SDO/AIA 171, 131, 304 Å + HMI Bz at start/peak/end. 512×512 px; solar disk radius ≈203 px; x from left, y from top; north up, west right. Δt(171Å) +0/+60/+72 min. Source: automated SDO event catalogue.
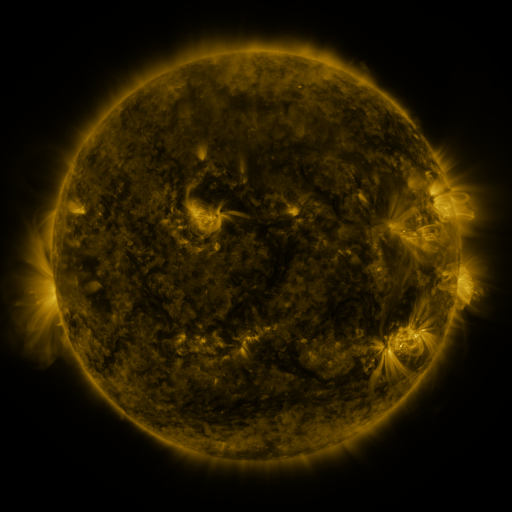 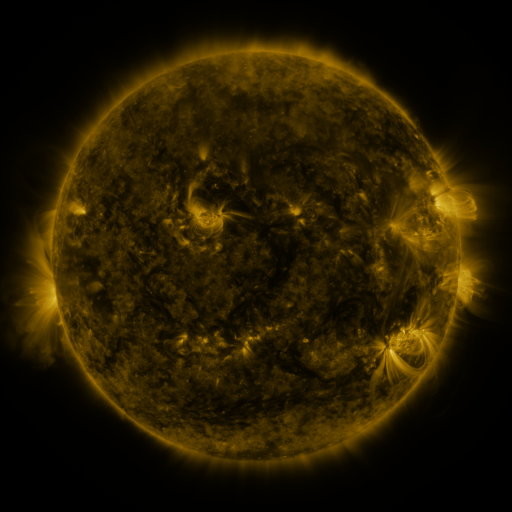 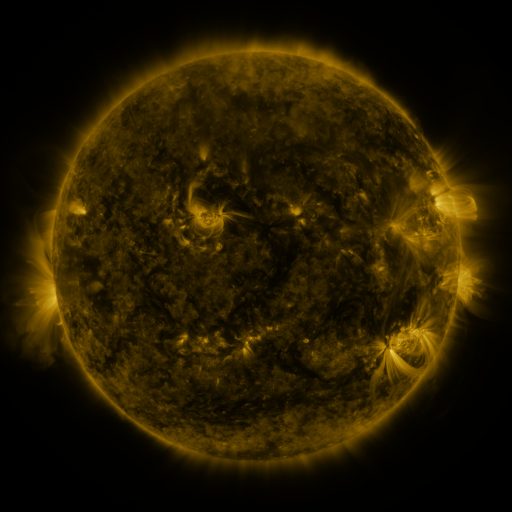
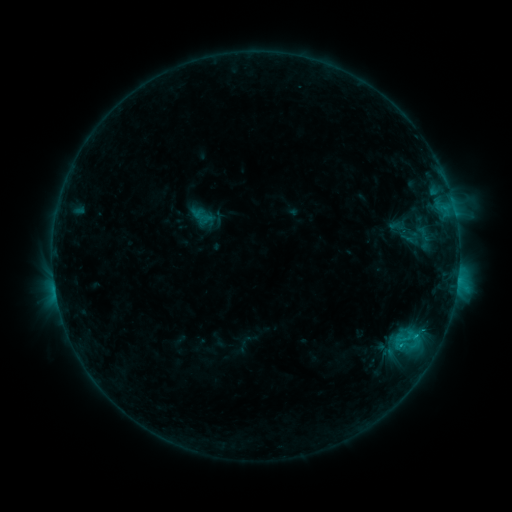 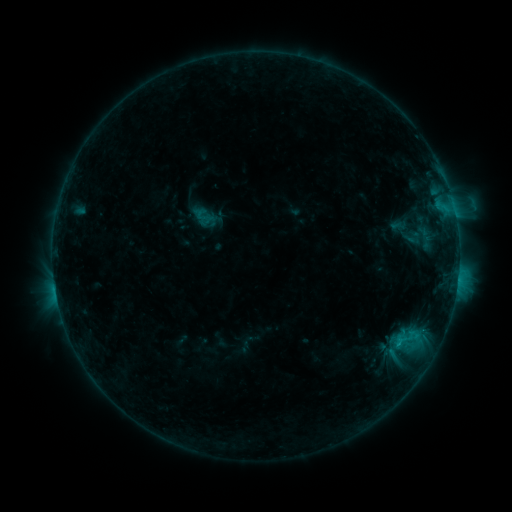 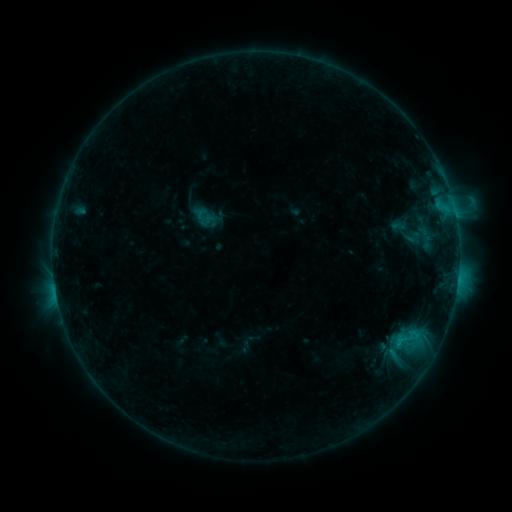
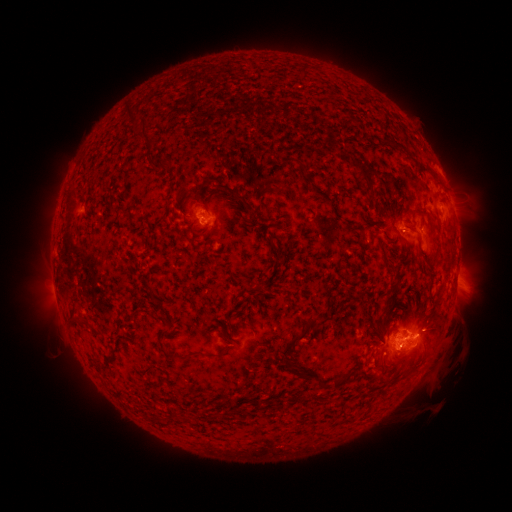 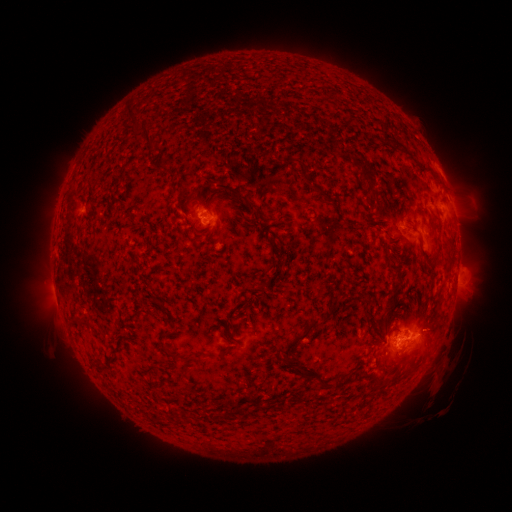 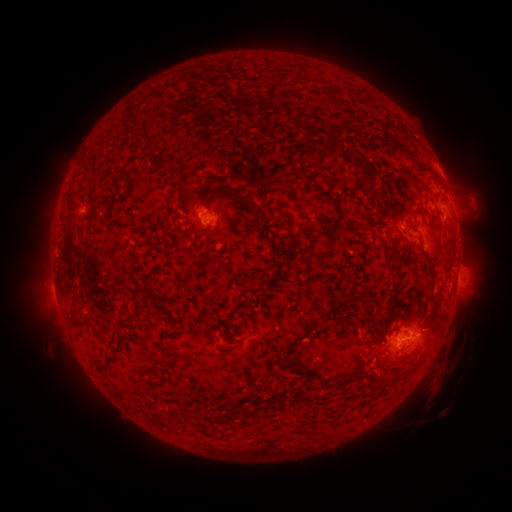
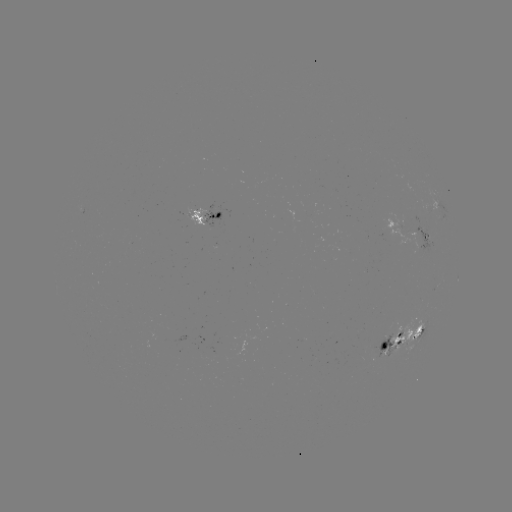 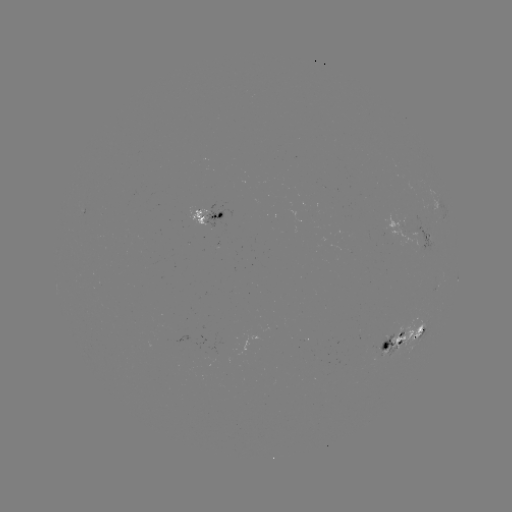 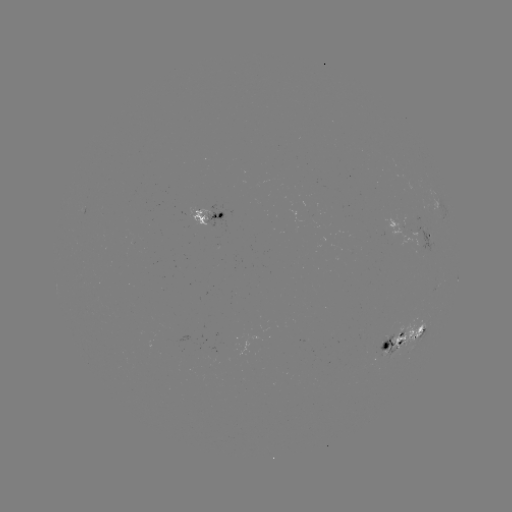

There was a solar emerging-flux region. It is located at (383, 344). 